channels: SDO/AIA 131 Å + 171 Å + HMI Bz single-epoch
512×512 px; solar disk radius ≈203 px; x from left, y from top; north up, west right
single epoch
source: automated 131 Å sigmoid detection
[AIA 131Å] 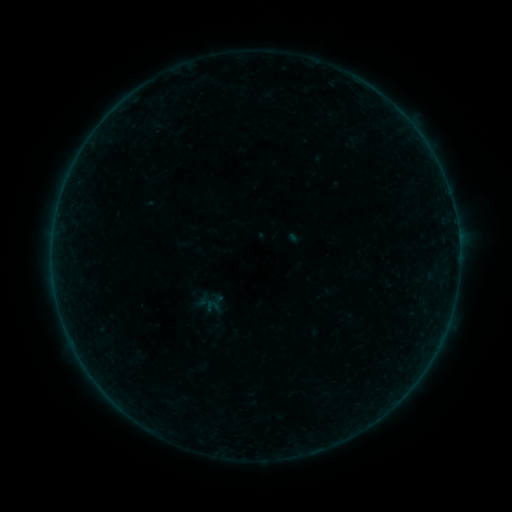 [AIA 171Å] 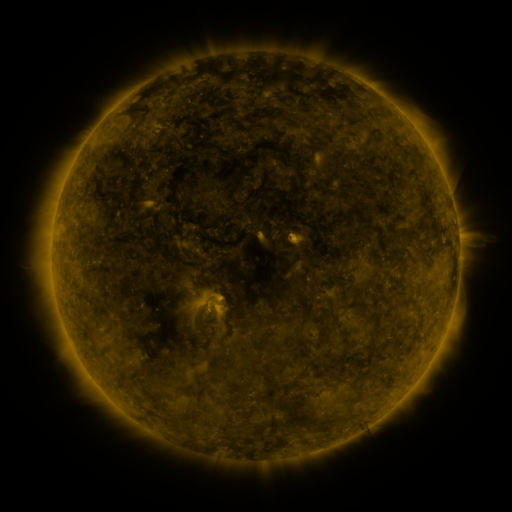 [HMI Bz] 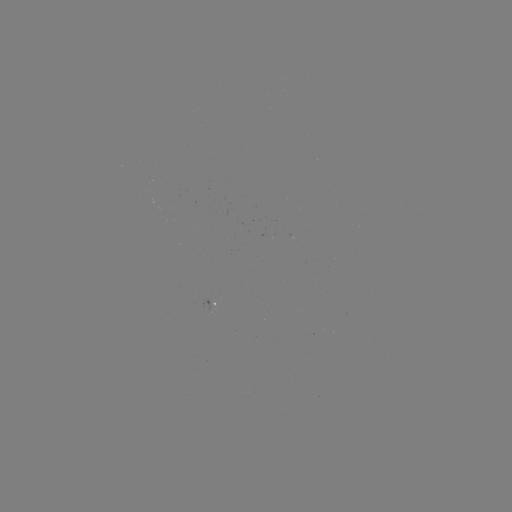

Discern sigmoid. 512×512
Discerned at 212,307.